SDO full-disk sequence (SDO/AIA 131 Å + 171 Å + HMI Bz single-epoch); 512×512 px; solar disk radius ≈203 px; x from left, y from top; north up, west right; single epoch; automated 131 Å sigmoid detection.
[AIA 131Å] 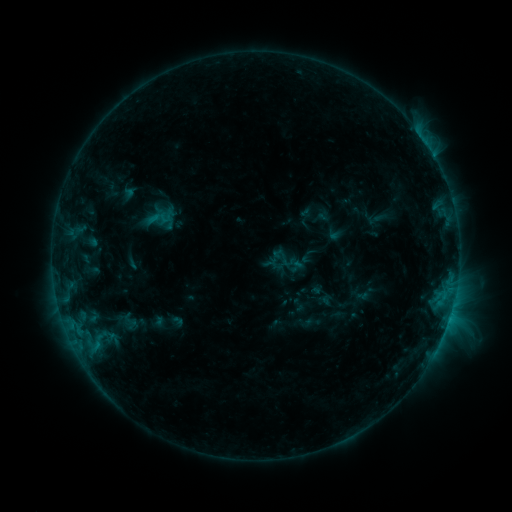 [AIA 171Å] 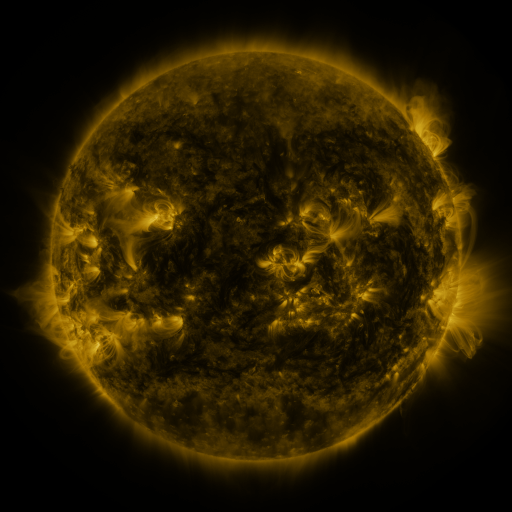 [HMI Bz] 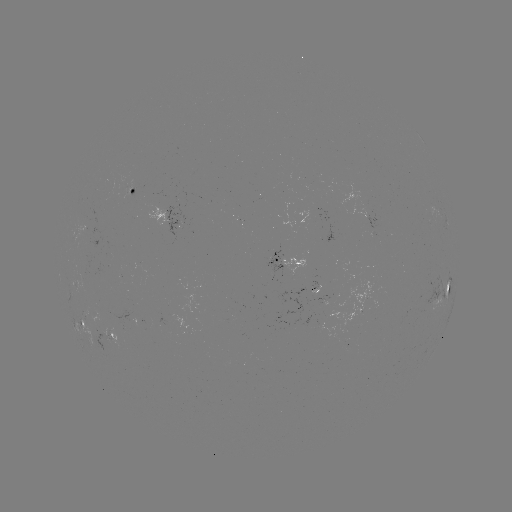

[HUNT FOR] sigmoid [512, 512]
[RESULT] (160, 218)